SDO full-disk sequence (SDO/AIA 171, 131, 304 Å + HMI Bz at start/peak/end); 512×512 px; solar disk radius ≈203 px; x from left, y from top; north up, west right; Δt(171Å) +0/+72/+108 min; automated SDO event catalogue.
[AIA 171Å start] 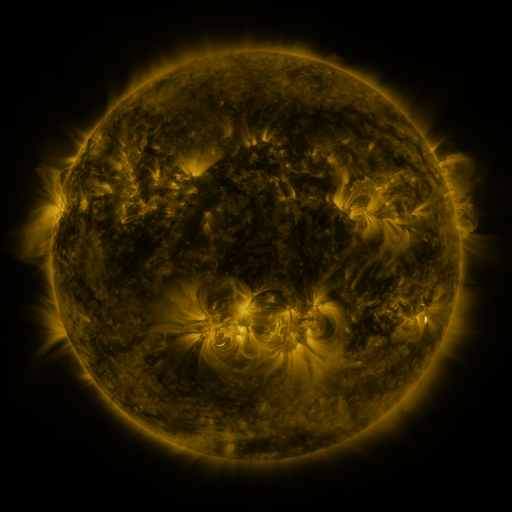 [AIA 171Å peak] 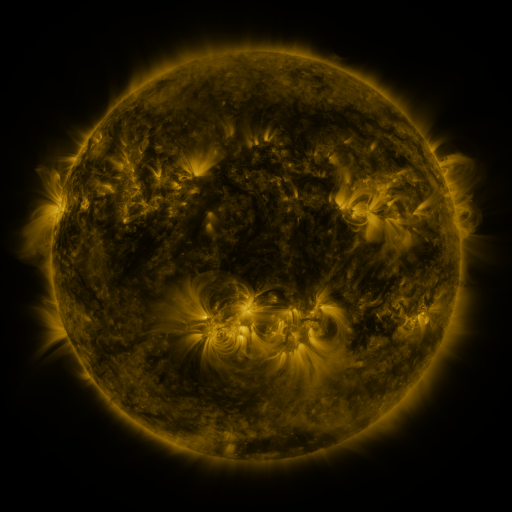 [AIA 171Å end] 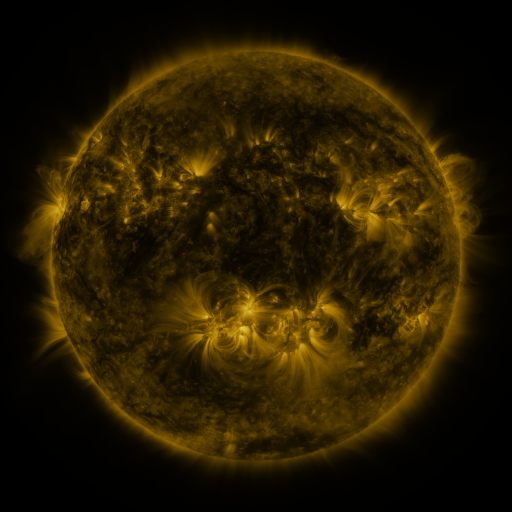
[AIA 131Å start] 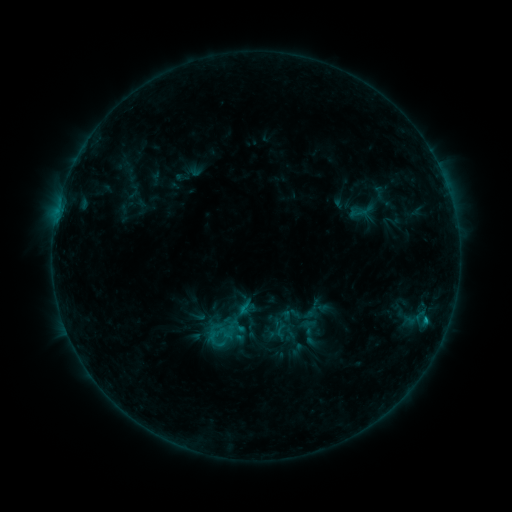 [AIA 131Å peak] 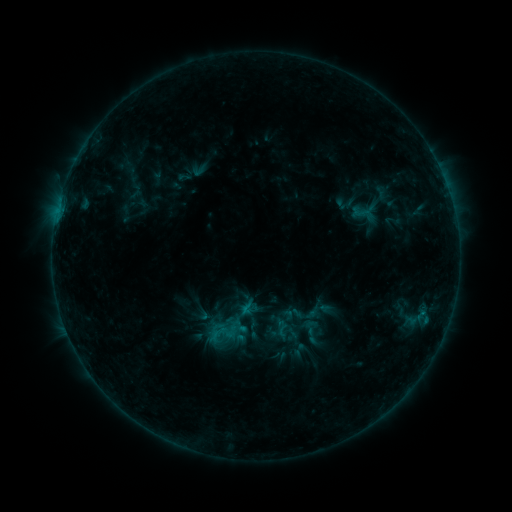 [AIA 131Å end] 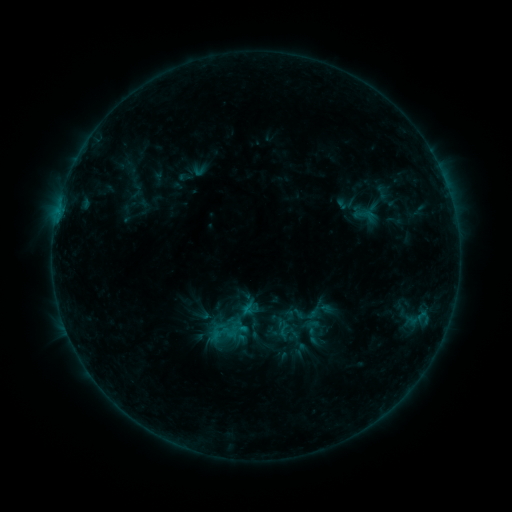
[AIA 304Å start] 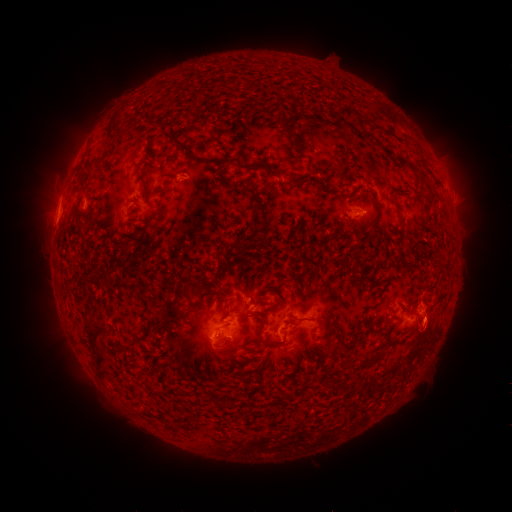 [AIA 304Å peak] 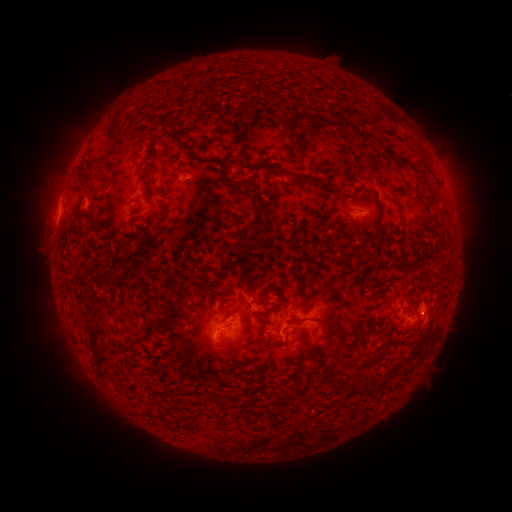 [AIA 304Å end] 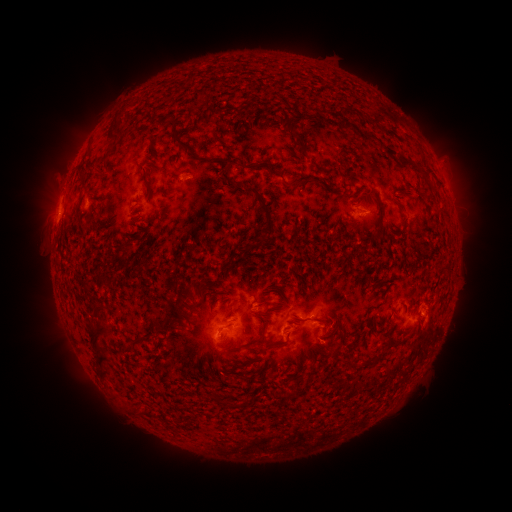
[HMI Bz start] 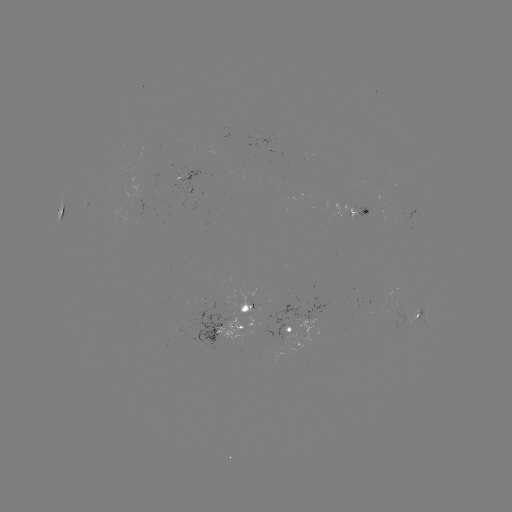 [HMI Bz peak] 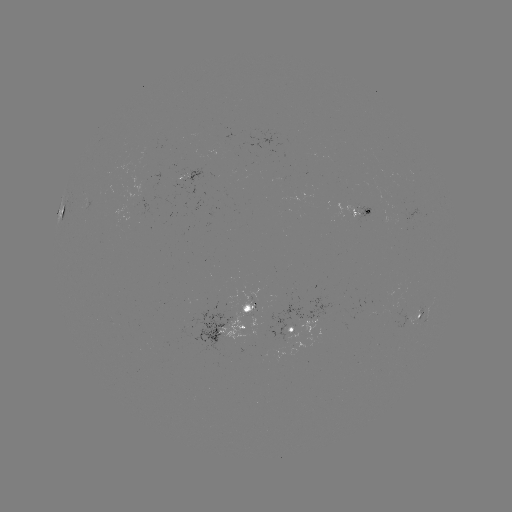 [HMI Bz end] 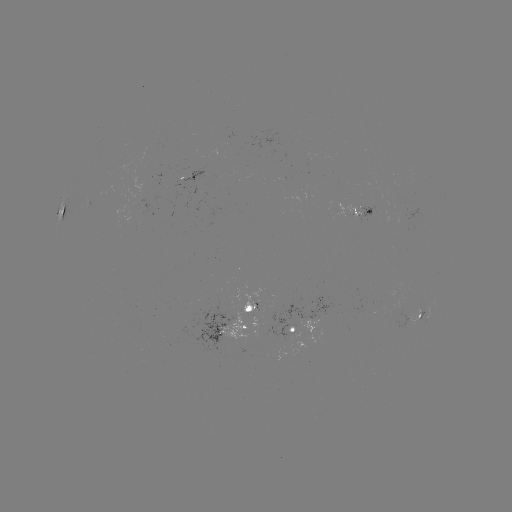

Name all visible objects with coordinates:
emerging-flux region: (379, 208)
